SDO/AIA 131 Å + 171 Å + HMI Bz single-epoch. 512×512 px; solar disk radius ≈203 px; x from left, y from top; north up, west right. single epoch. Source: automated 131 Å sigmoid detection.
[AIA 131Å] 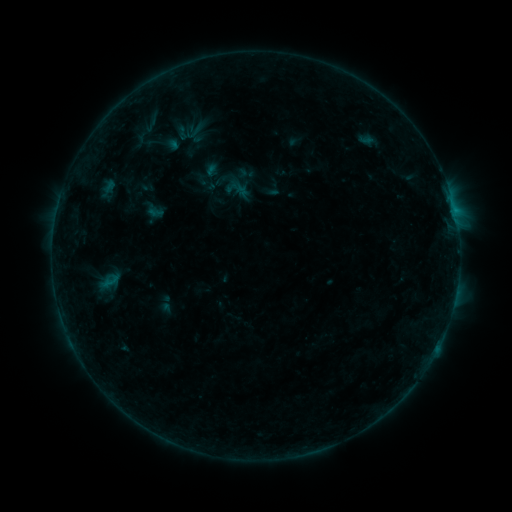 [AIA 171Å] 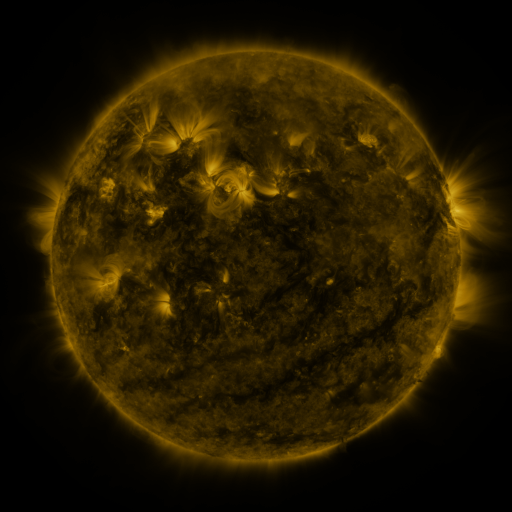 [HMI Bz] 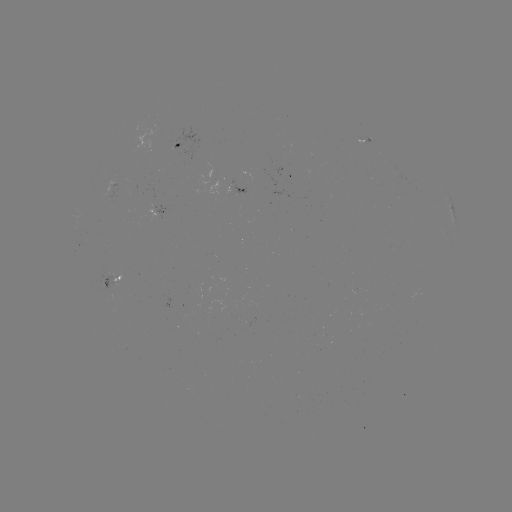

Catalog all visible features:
sigmoid: (194, 170, 217, 193)
